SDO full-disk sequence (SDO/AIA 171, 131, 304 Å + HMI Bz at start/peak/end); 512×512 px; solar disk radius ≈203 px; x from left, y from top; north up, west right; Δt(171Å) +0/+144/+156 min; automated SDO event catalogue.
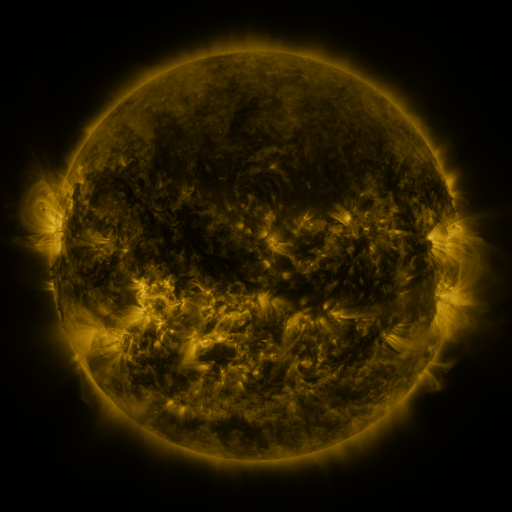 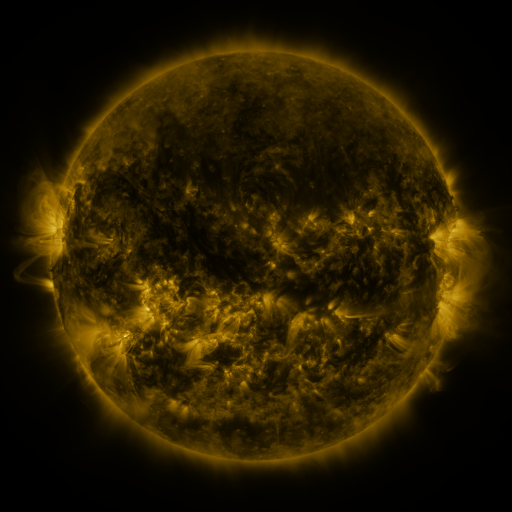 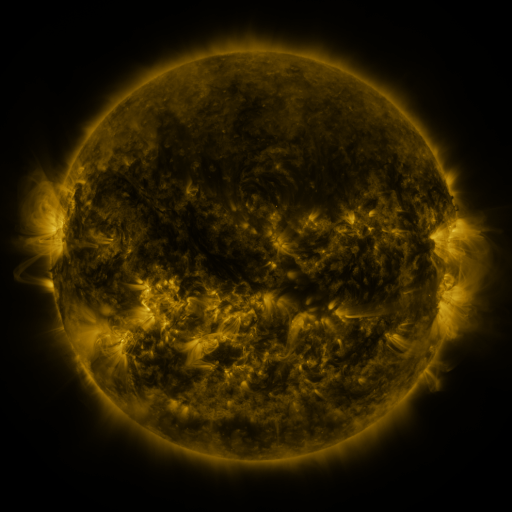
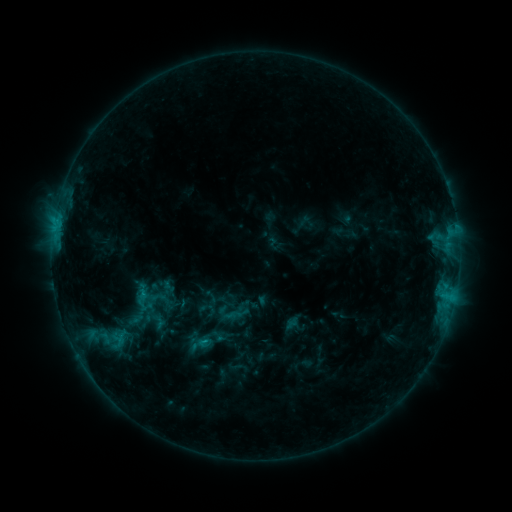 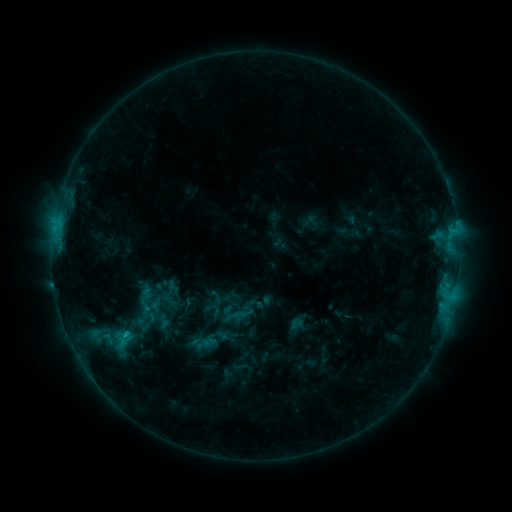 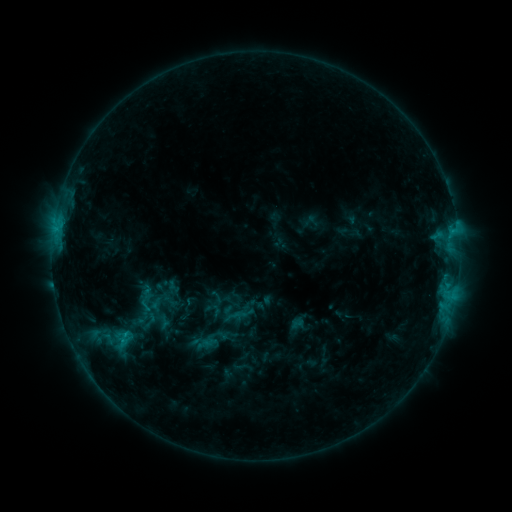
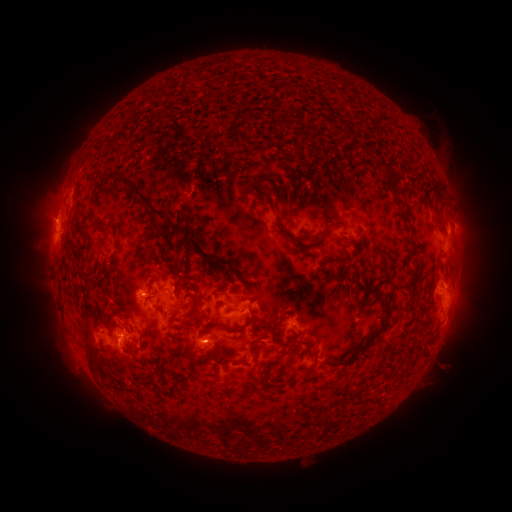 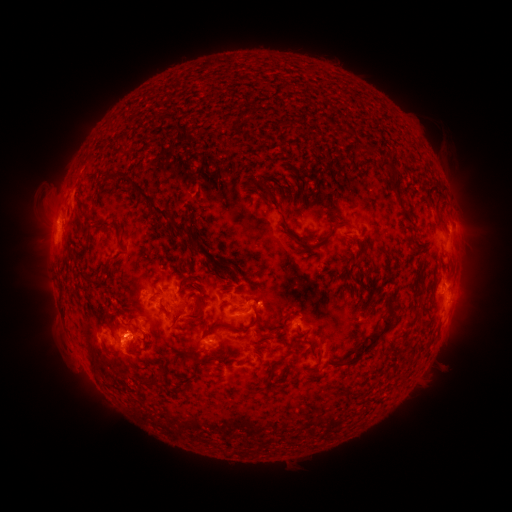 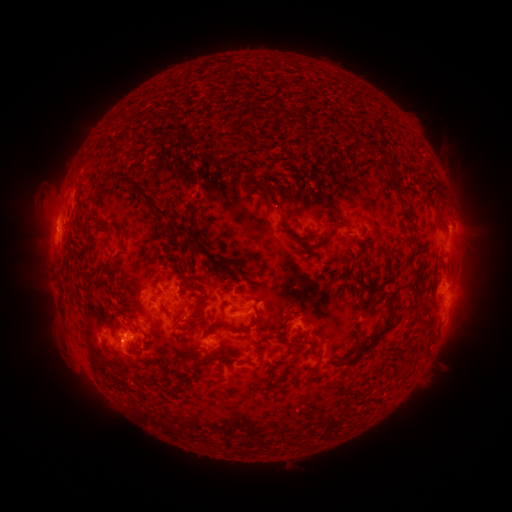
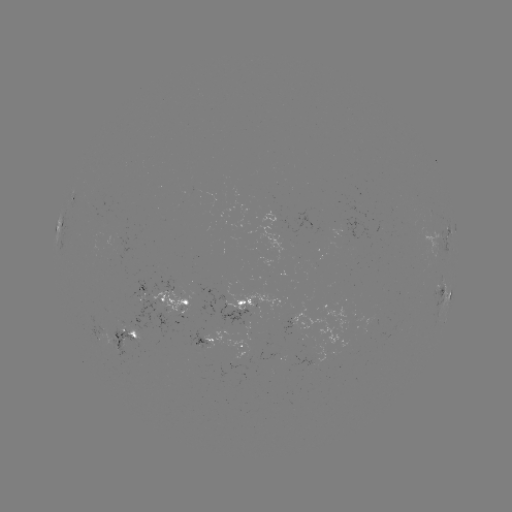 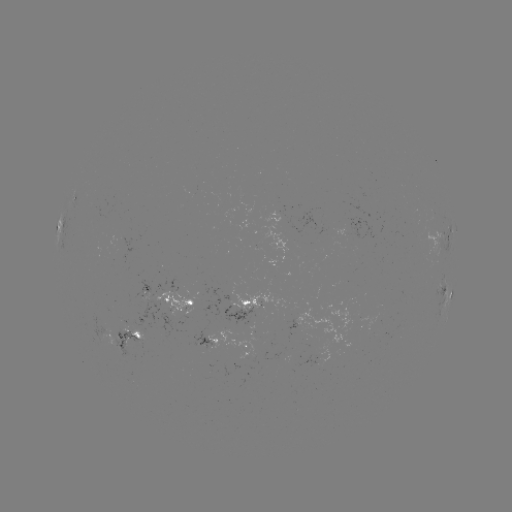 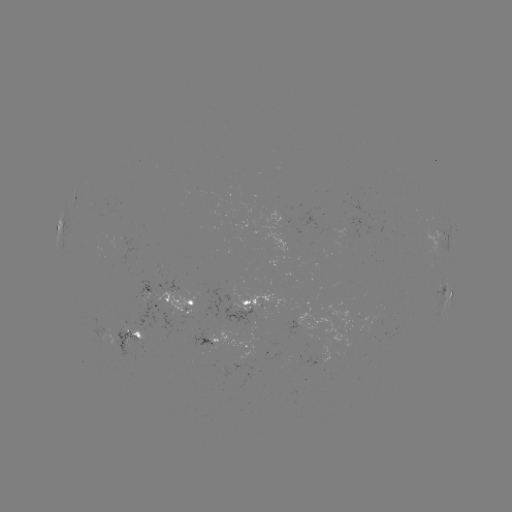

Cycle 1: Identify emerging-flux region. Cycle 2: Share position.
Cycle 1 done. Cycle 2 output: (102, 328).